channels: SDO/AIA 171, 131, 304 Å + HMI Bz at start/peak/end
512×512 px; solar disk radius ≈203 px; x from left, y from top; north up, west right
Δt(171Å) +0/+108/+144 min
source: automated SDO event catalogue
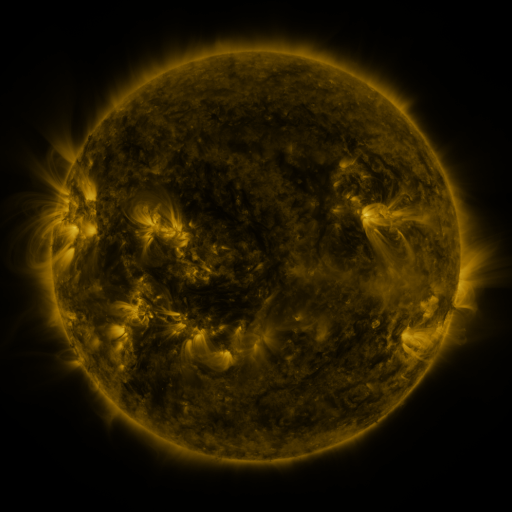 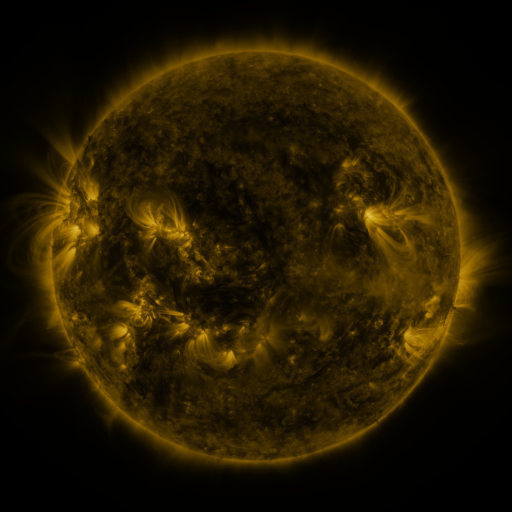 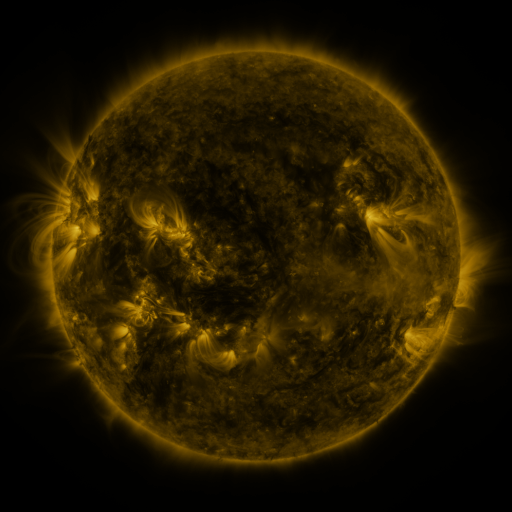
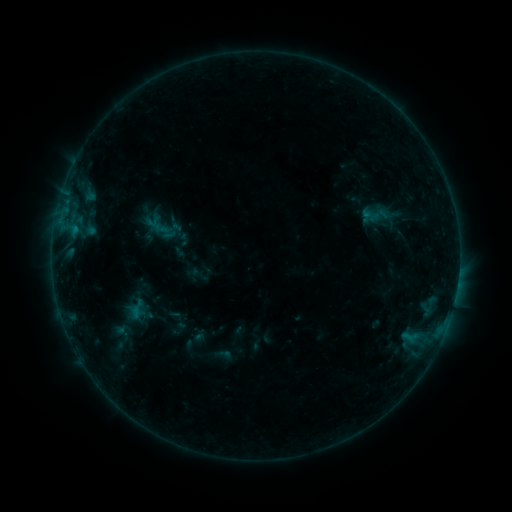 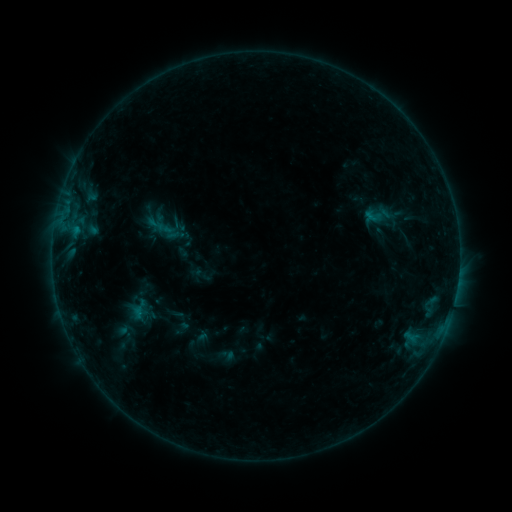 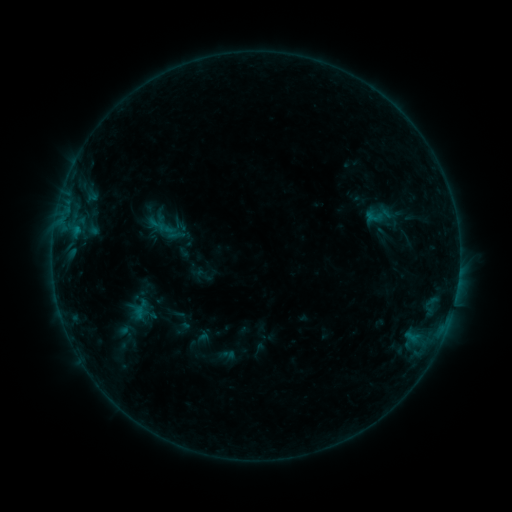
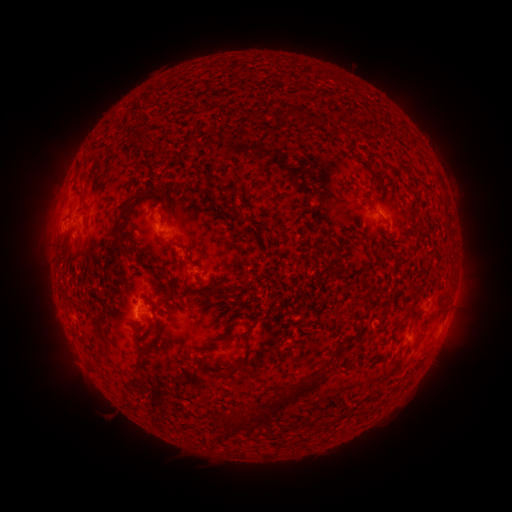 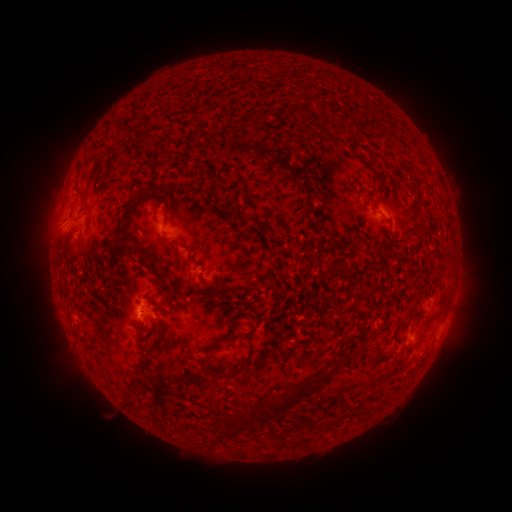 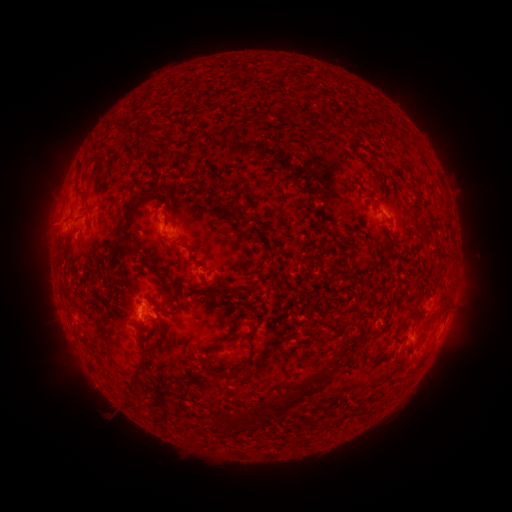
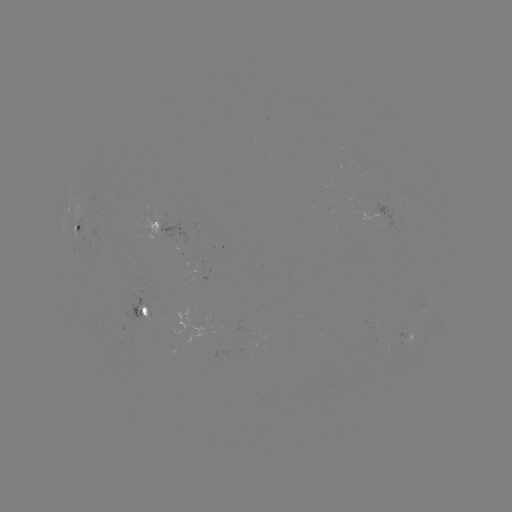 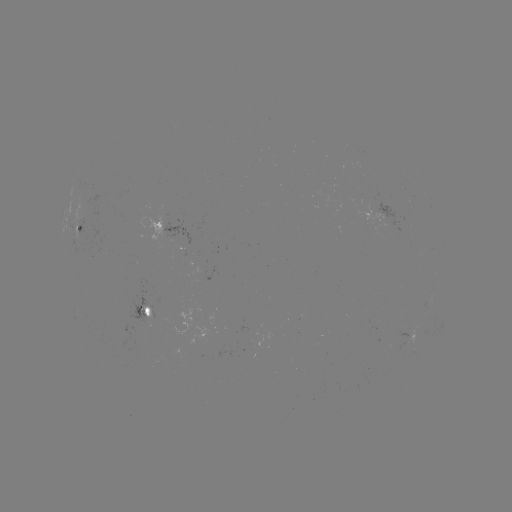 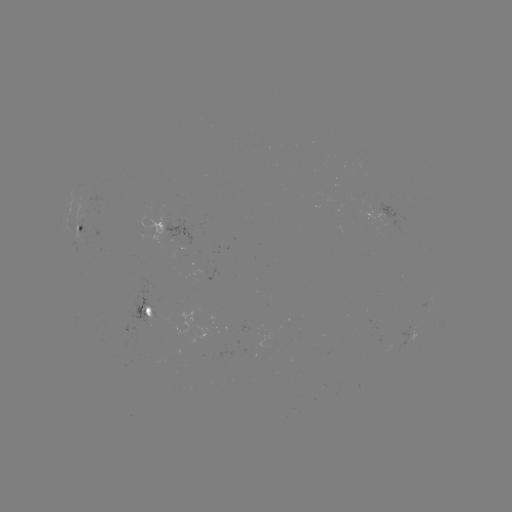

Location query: emerging-flux region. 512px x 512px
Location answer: [202, 270].